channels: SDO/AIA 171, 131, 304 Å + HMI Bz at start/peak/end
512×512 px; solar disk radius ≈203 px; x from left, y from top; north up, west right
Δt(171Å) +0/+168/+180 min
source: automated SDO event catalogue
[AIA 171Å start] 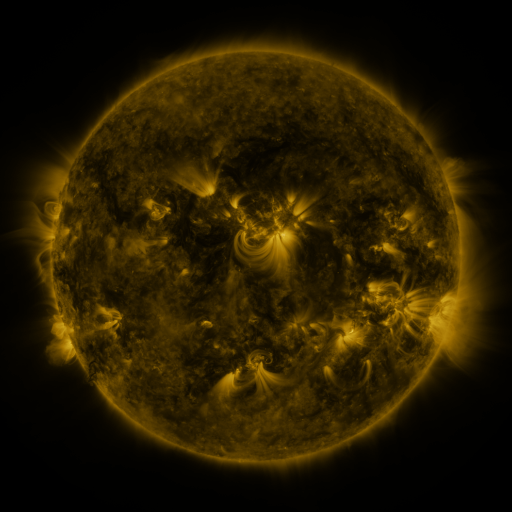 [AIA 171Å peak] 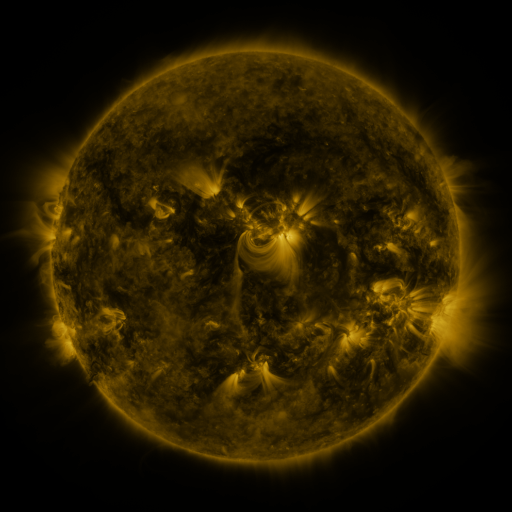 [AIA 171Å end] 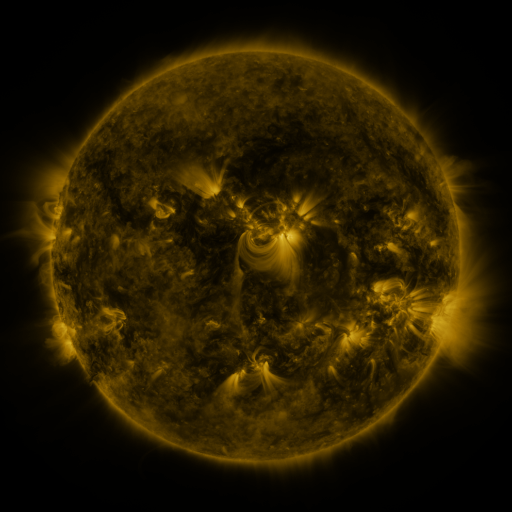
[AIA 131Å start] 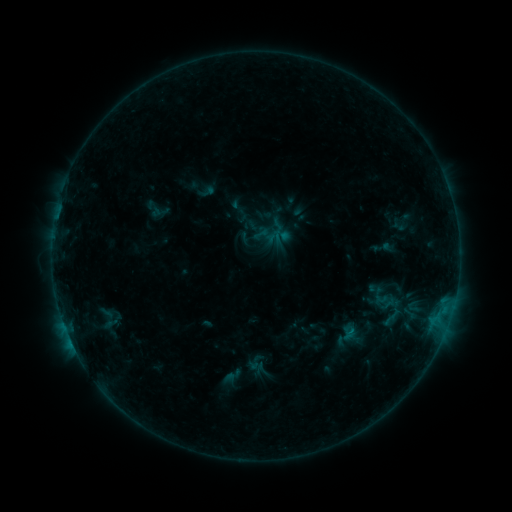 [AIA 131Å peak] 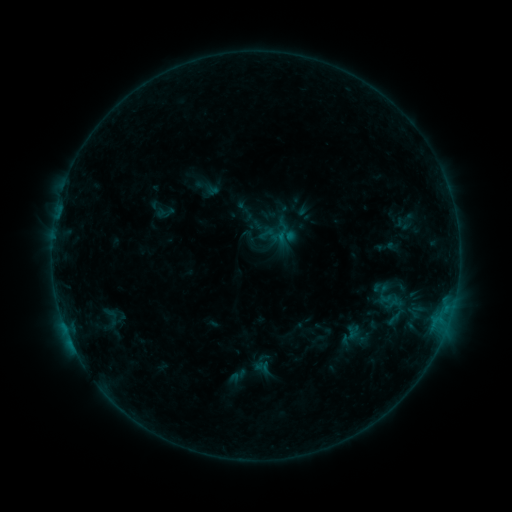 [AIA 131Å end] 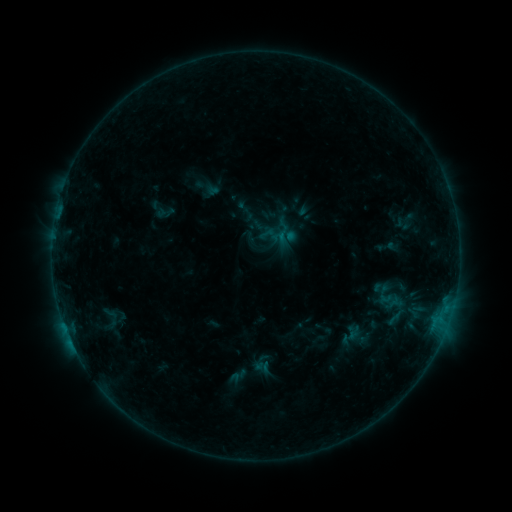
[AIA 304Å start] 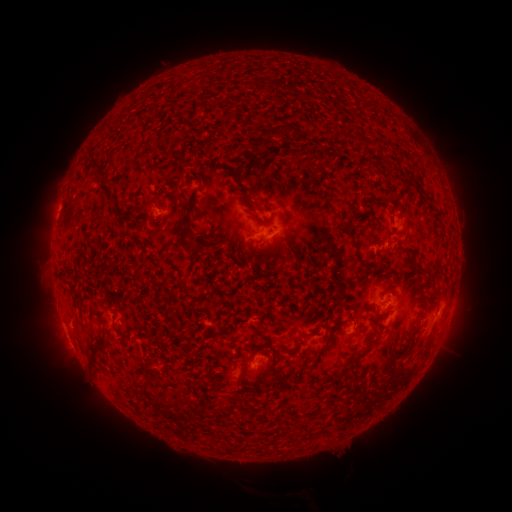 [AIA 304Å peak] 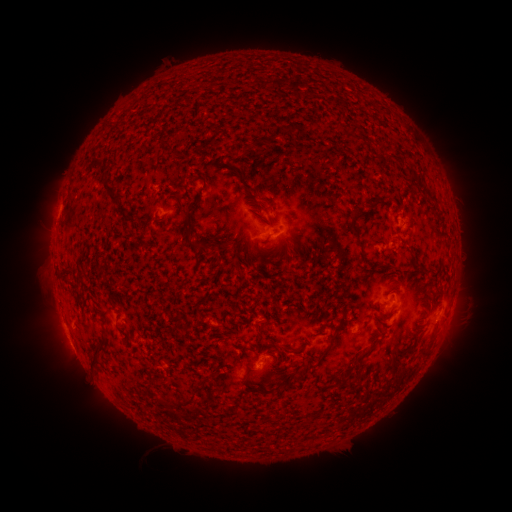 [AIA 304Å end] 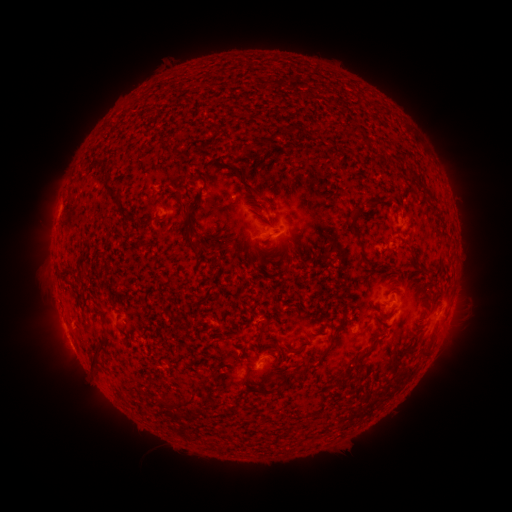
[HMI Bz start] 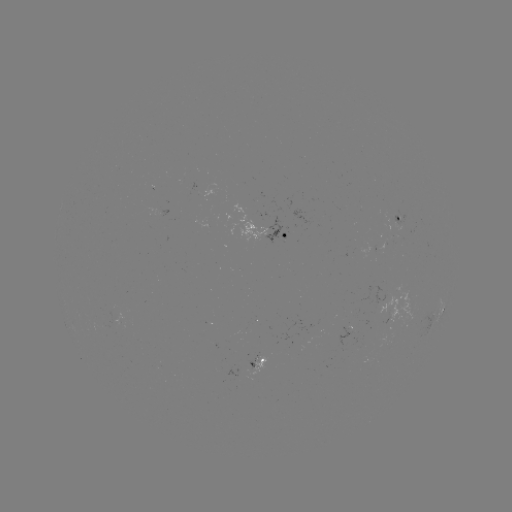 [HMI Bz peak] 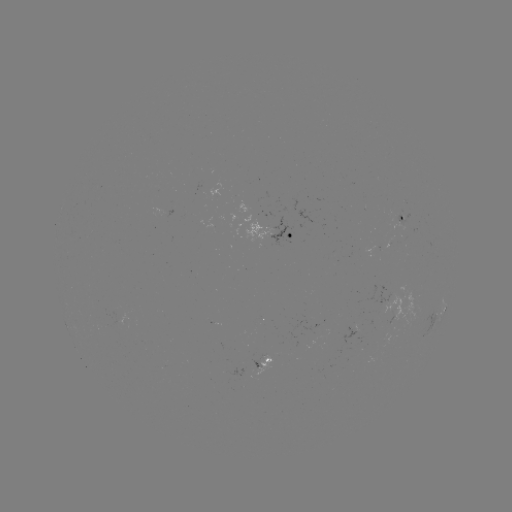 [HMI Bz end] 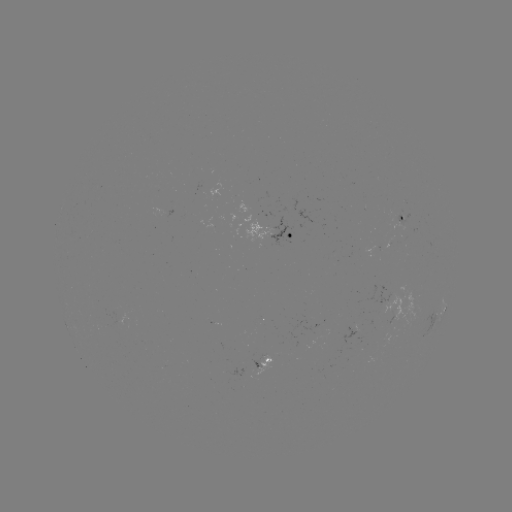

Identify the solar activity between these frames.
emerging-flux region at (398, 216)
